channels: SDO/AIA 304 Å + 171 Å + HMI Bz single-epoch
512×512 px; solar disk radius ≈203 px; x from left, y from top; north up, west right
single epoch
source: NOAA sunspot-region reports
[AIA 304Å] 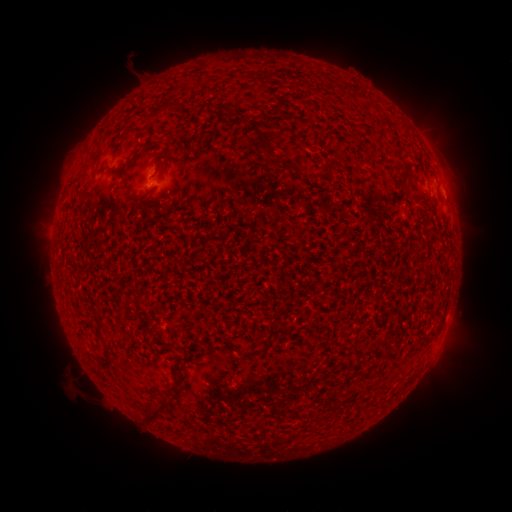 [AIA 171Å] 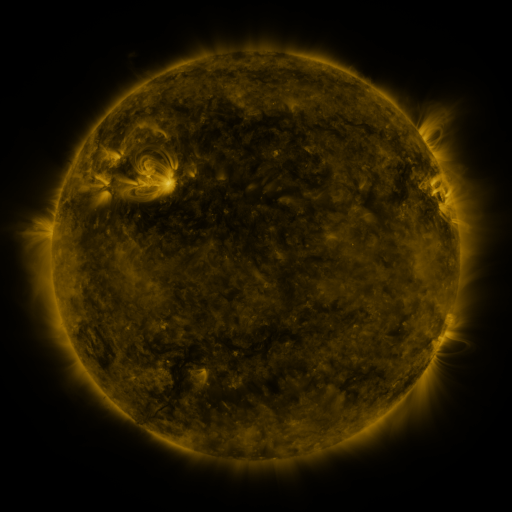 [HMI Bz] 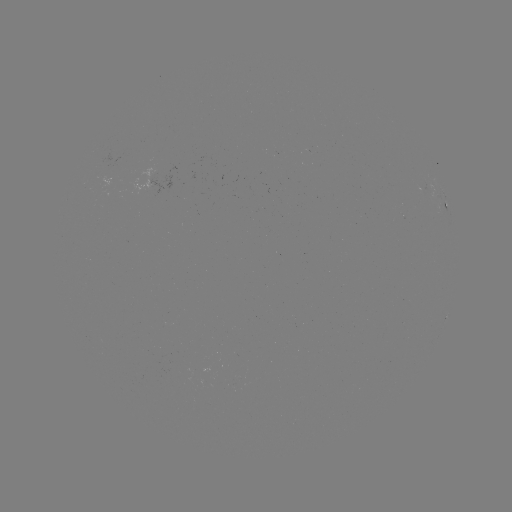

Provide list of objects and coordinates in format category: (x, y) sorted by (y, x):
spotted active region: (446, 209)
